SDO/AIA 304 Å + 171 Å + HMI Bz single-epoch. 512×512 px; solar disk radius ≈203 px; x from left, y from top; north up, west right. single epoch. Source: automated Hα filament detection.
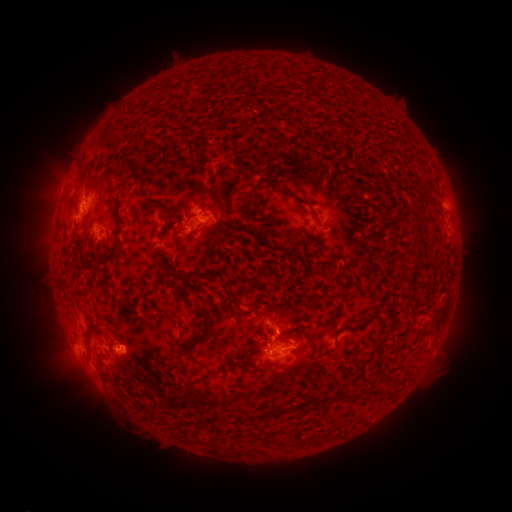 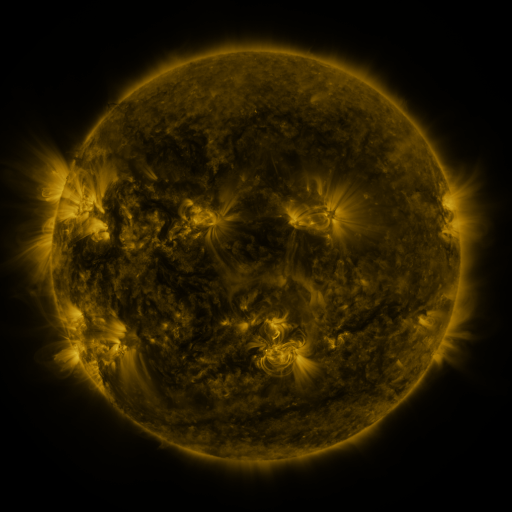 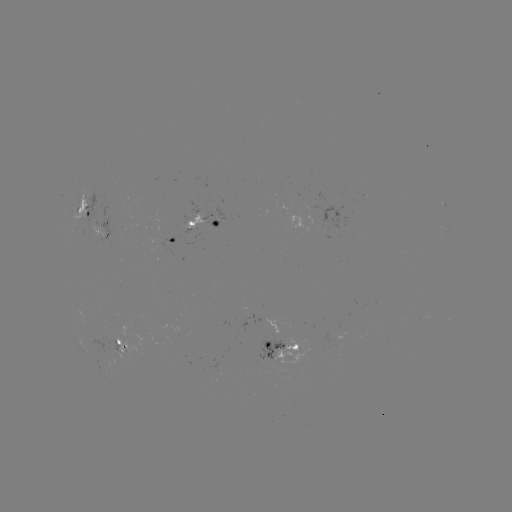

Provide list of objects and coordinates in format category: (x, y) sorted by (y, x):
filament: (262, 182)
filament: (144, 198)
filament: (200, 231)
filament: (116, 245)
filament: (416, 248)
filament: (180, 276)
filament: (237, 300)
filament: (255, 310)
filament: (371, 317)
filament: (201, 340)
filament: (183, 367)
filament: (101, 373)
filament: (145, 377)
filament: (355, 394)
filament: (313, 406)
filament: (273, 411)
filament: (283, 441)
